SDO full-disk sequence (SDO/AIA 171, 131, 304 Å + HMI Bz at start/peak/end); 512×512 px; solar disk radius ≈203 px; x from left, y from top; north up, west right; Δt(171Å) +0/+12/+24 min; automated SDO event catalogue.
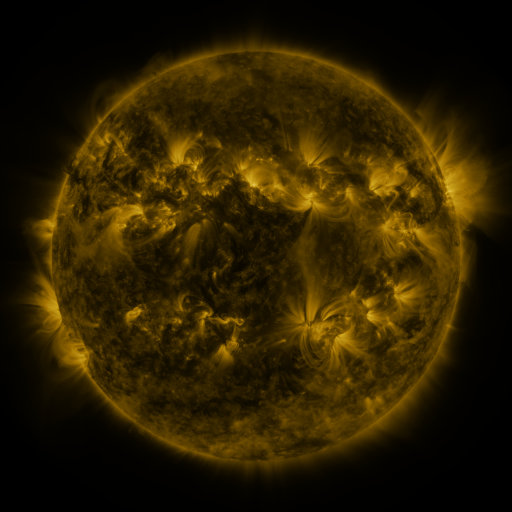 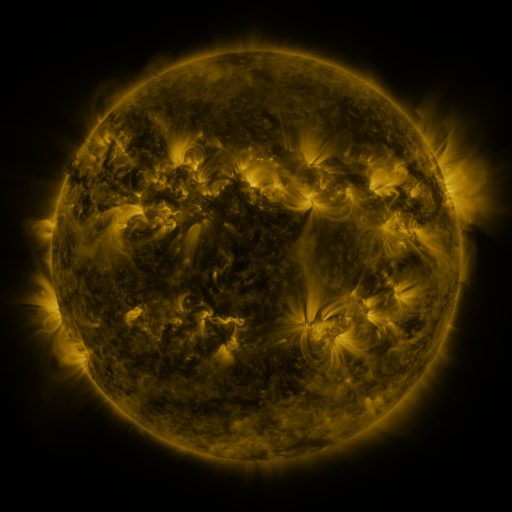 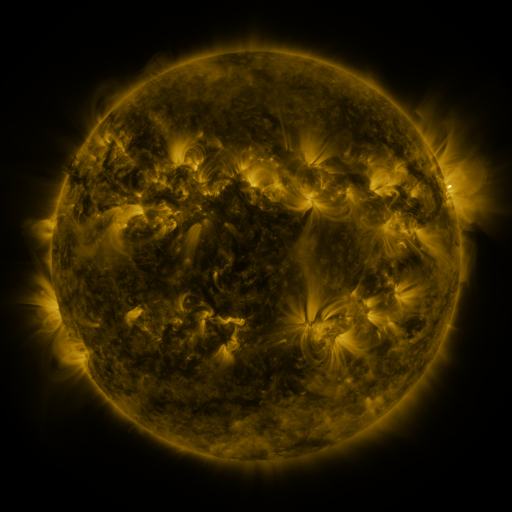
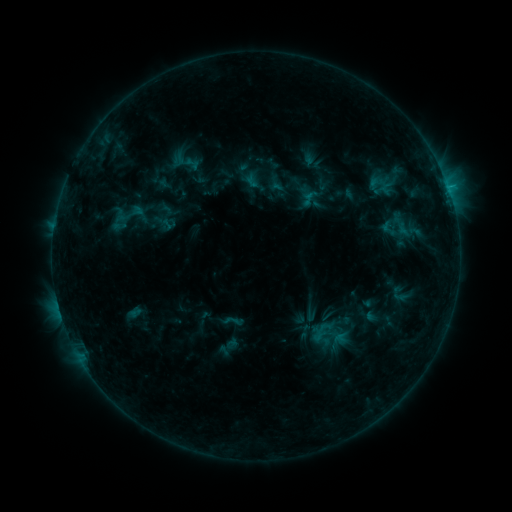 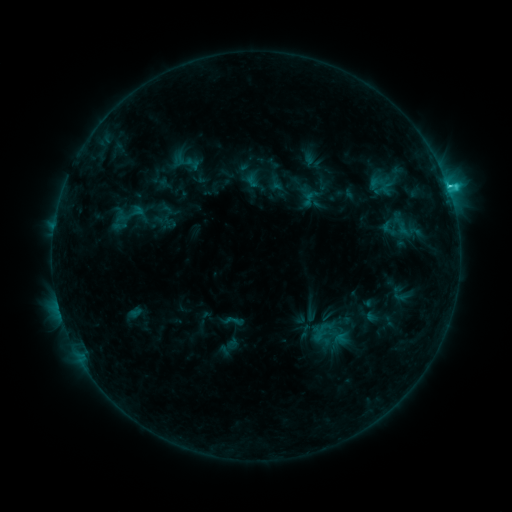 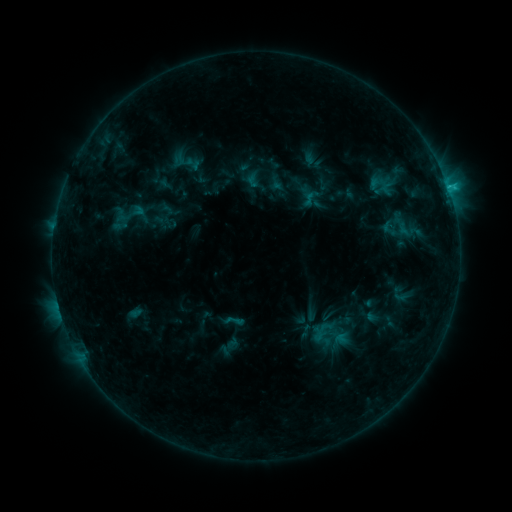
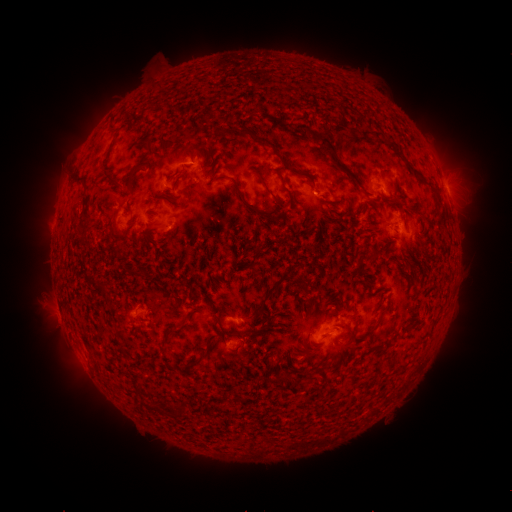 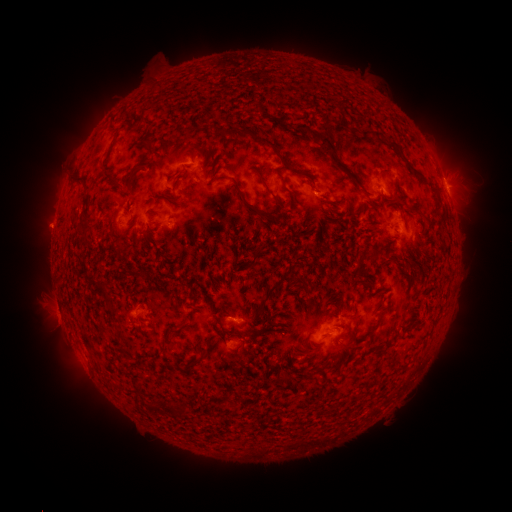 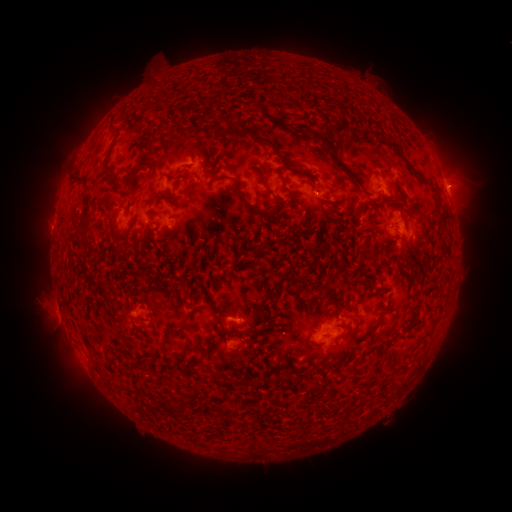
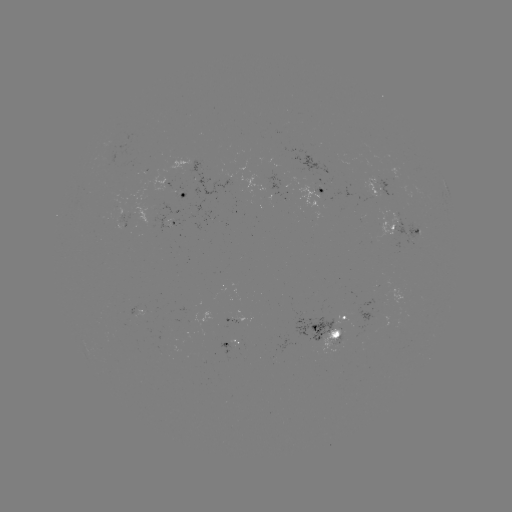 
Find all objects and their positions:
C1.9 flare: (448, 189)
